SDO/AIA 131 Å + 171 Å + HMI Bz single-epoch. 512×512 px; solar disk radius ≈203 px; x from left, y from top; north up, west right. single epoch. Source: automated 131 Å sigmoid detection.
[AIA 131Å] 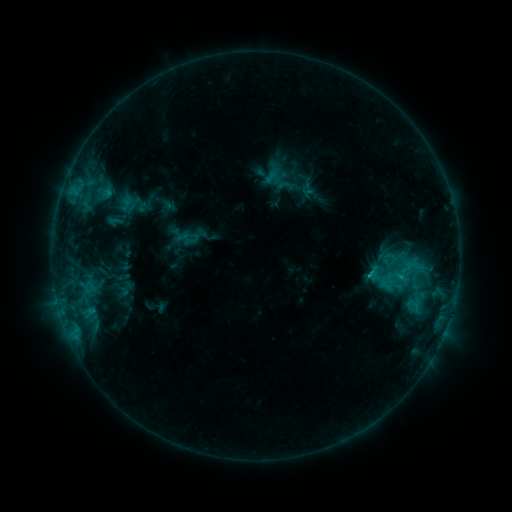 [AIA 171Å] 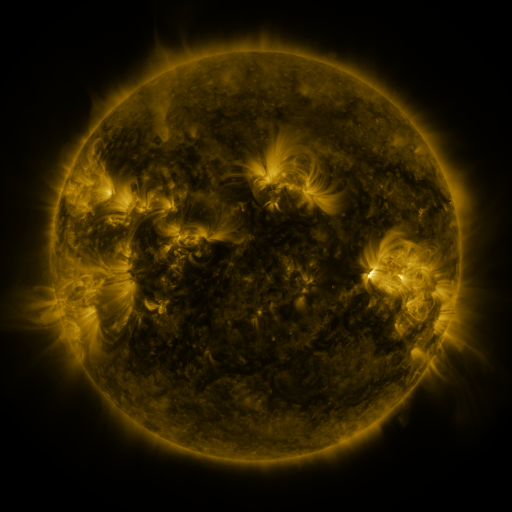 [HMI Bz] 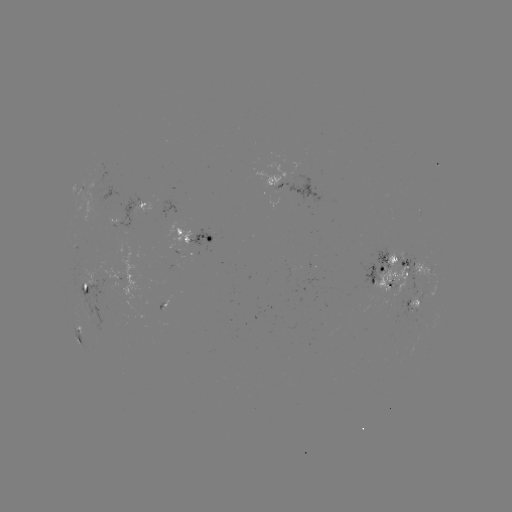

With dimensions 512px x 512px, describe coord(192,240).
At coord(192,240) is sigmoid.